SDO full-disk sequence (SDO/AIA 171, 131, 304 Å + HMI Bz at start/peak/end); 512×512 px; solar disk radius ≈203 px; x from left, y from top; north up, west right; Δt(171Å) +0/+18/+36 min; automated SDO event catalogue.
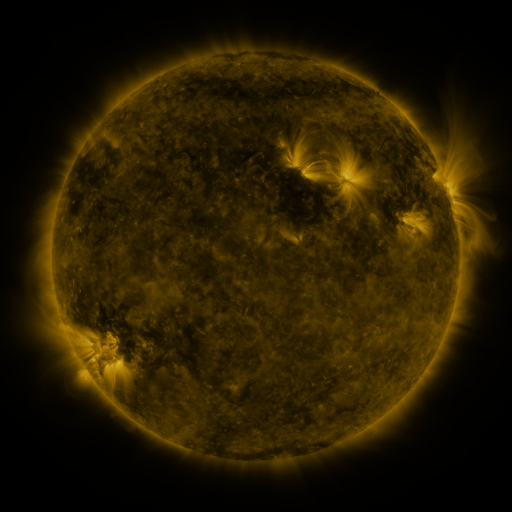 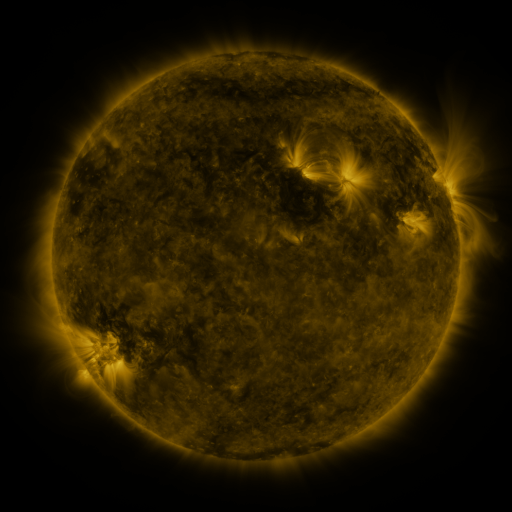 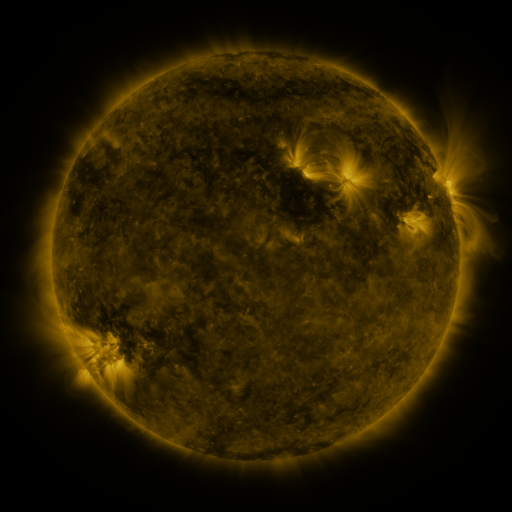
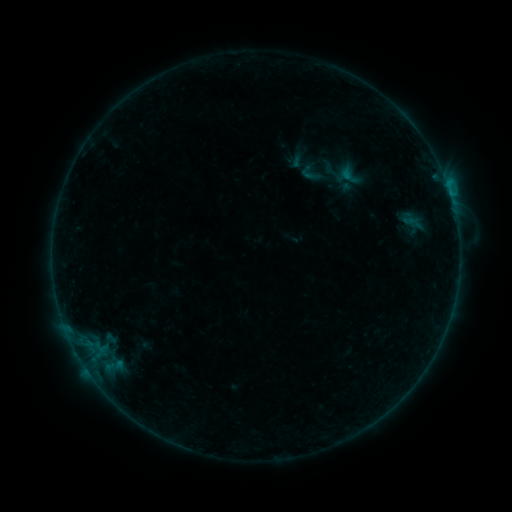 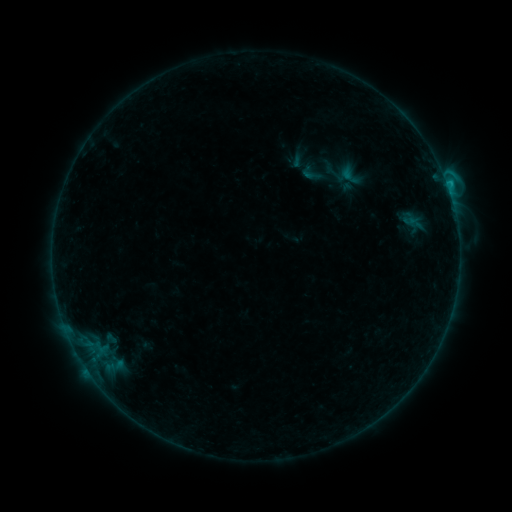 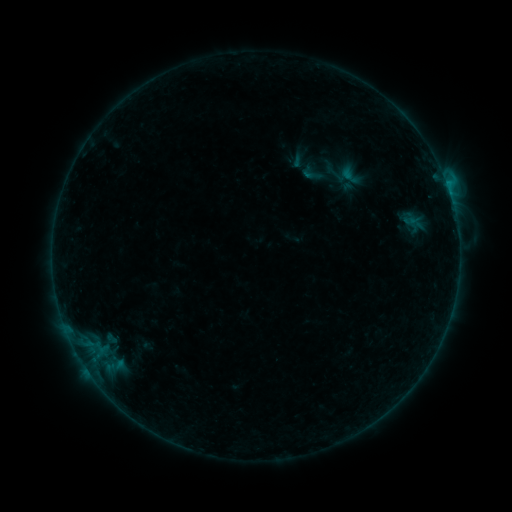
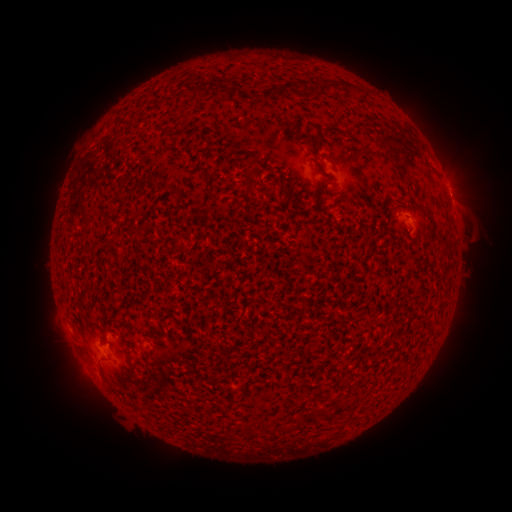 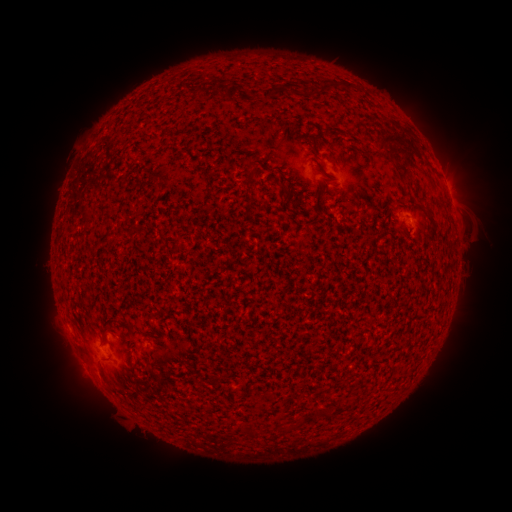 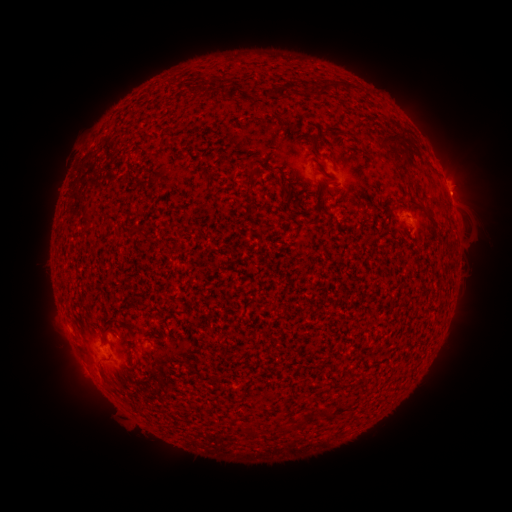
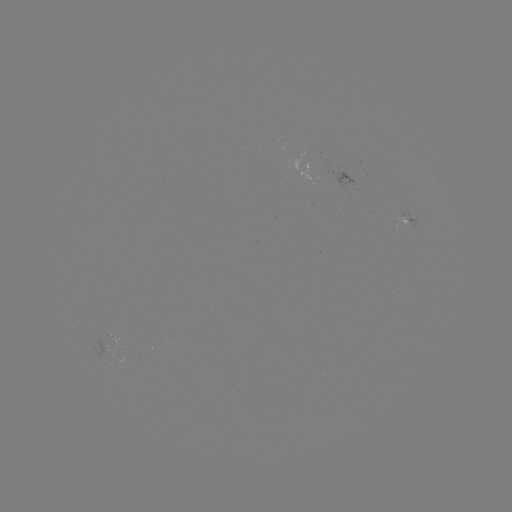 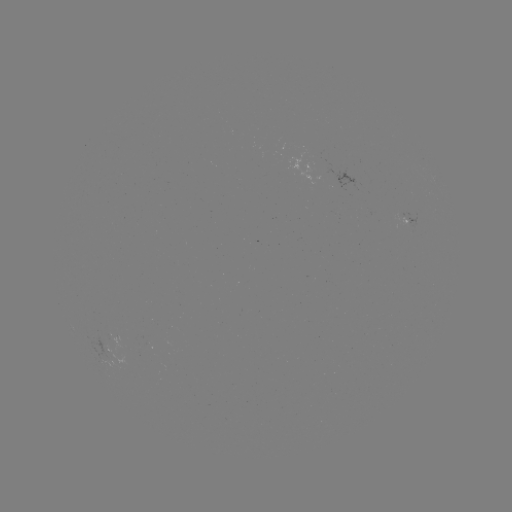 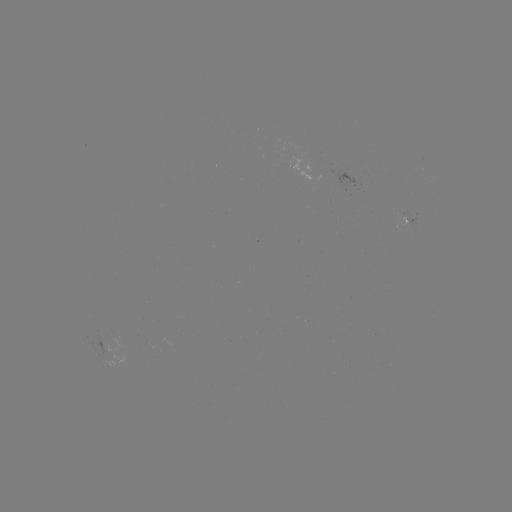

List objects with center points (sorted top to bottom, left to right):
B7.6 flare: (412, 224)
